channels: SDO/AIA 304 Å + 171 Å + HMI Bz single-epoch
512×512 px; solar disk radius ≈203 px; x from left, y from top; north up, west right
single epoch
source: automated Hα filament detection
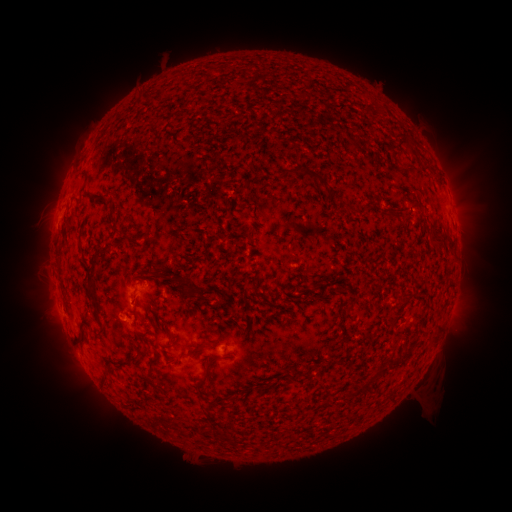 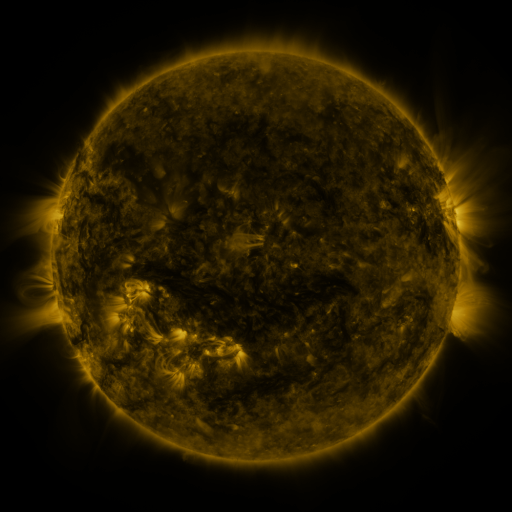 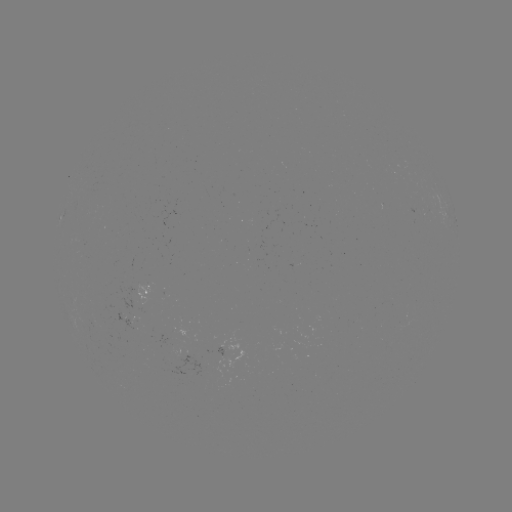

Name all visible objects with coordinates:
filament: (136, 94, 159, 106)
filament: (395, 132, 417, 154)
filament: (278, 166, 331, 195)
filament: (83, 174, 90, 188)
filament: (88, 195, 108, 204)
filament: (403, 195, 420, 218)
filament: (68, 219, 75, 229)
filament: (241, 228, 252, 241)
filament: (427, 229, 444, 243)
filament: (77, 241, 86, 255)
filament: (86, 247, 109, 299)
filament: (179, 278, 194, 296)
filament: (401, 293, 410, 303)
filament: (131, 294, 137, 306)
filament: (132, 312, 142, 326)
filament: (388, 312, 398, 323)
filament: (78, 316, 94, 346)
filament: (146, 316, 156, 327)
filament: (97, 322, 106, 338)
filament: (188, 340, 220, 355)
filament: (117, 344, 142, 367)
filament: (162, 344, 175, 350)
filament: (200, 354, 224, 384)
filament: (388, 355, 402, 365)
filament: (374, 367, 385, 375)
filament: (407, 368, 416, 377)
filament: (102, 370, 110, 385)
filament: (295, 370, 308, 376)
